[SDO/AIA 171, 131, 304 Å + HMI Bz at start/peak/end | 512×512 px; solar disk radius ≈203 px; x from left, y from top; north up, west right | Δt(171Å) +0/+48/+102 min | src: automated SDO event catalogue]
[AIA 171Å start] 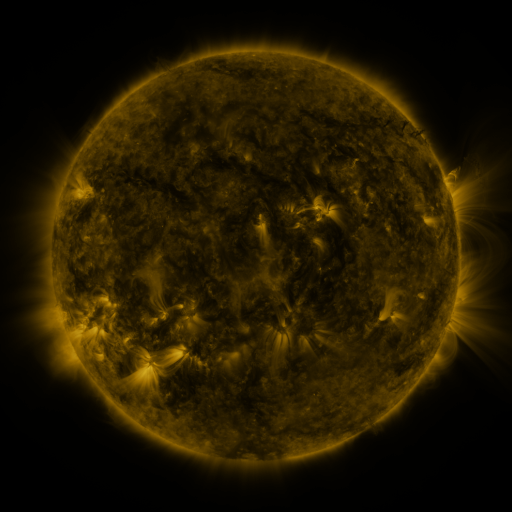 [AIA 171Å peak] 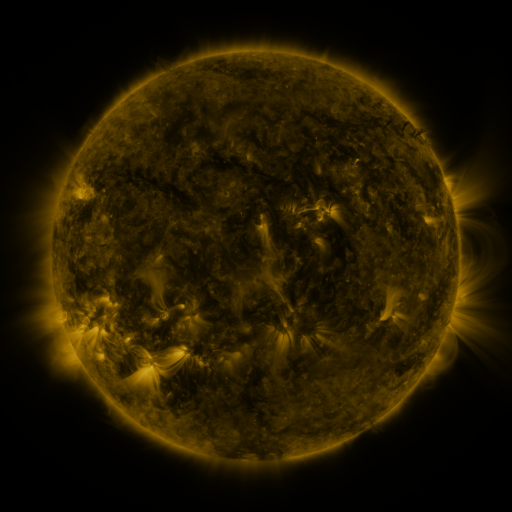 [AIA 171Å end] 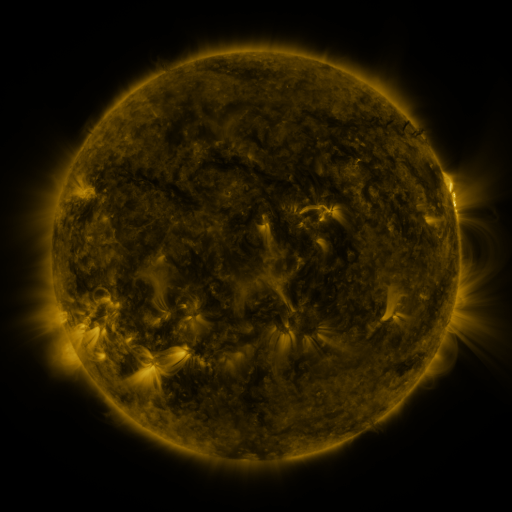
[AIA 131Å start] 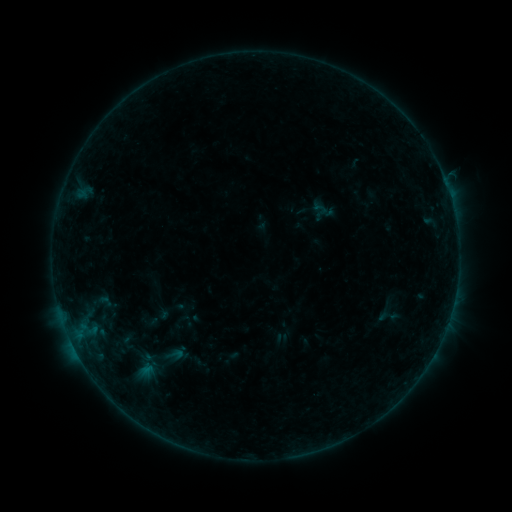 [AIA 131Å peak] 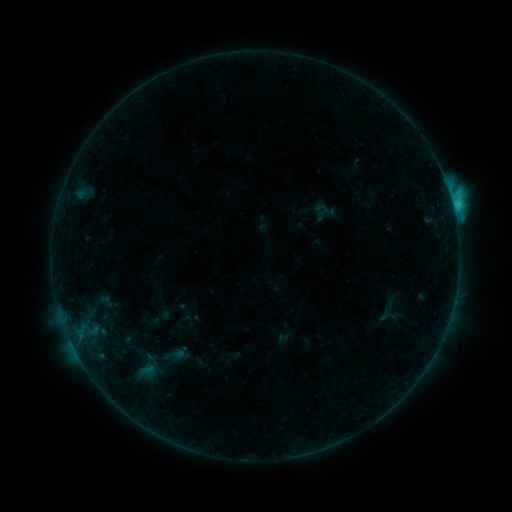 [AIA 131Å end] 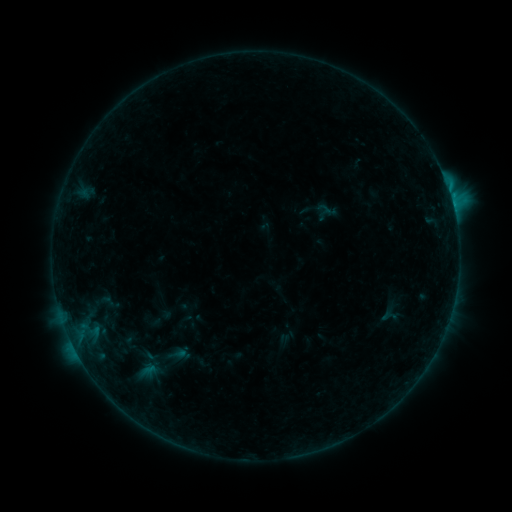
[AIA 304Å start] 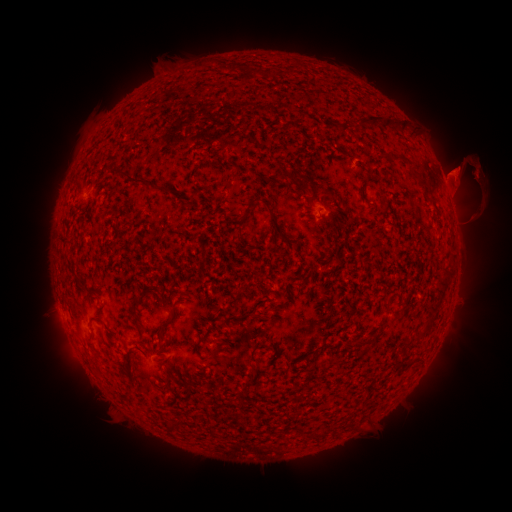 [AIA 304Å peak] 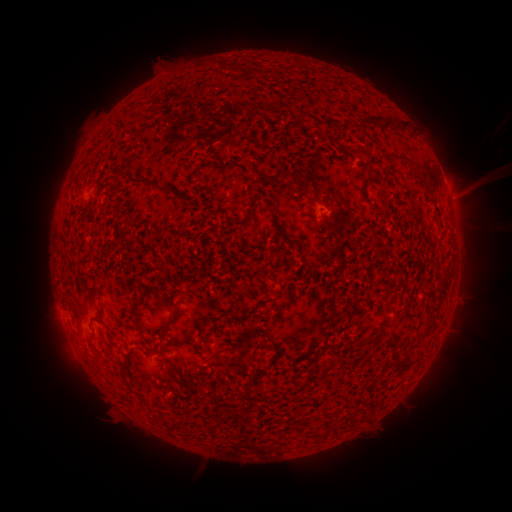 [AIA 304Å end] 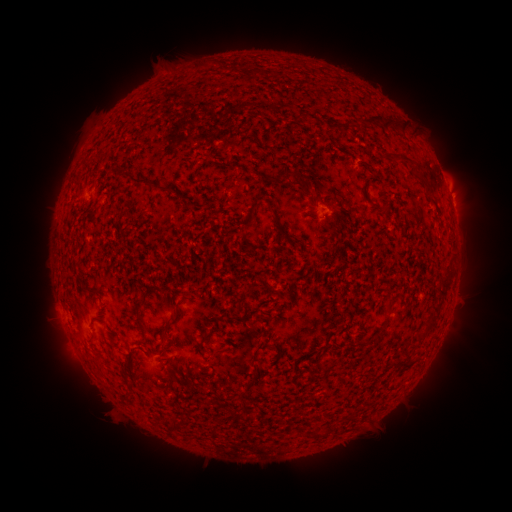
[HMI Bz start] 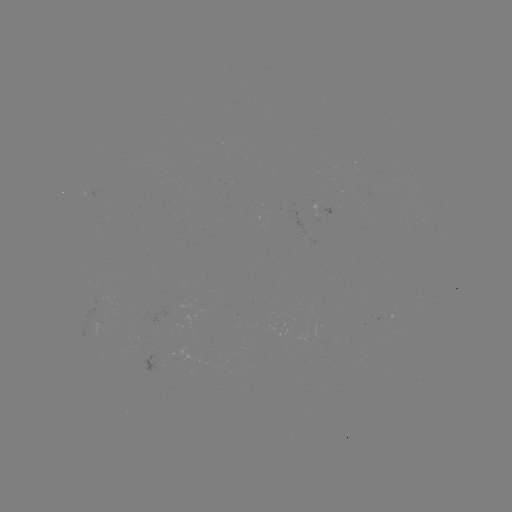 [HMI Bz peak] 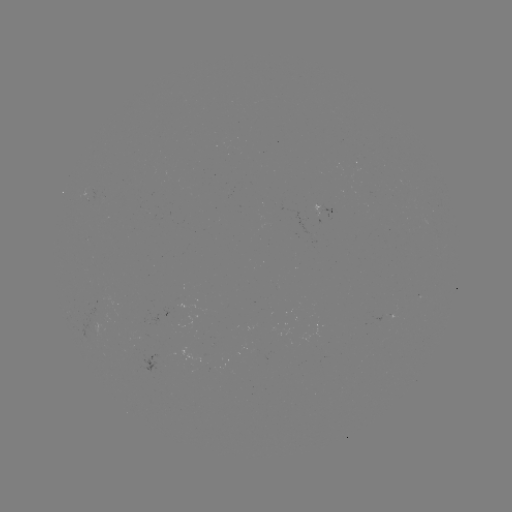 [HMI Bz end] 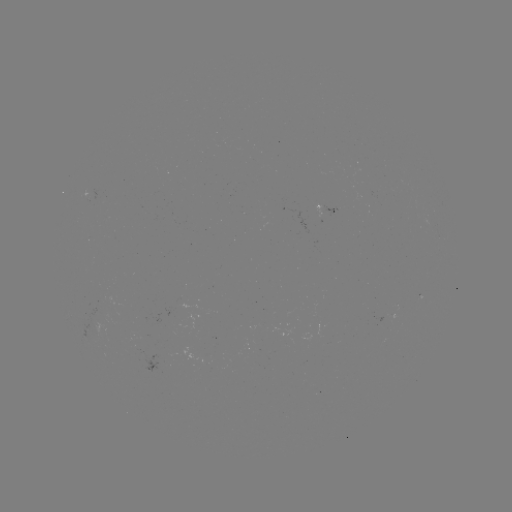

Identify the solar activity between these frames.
C2.7 flare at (453, 206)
